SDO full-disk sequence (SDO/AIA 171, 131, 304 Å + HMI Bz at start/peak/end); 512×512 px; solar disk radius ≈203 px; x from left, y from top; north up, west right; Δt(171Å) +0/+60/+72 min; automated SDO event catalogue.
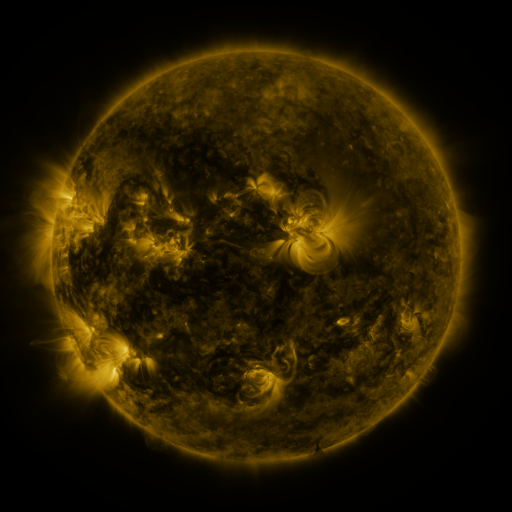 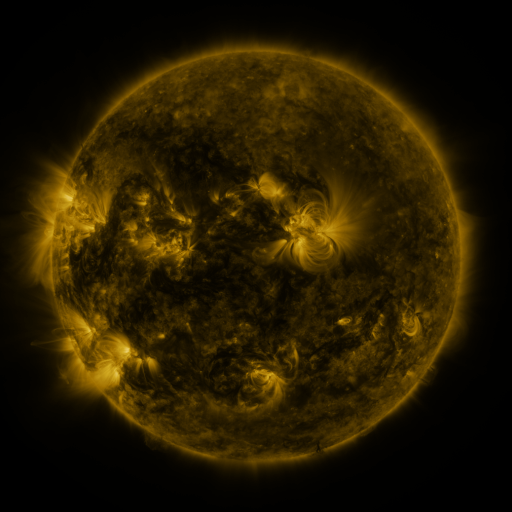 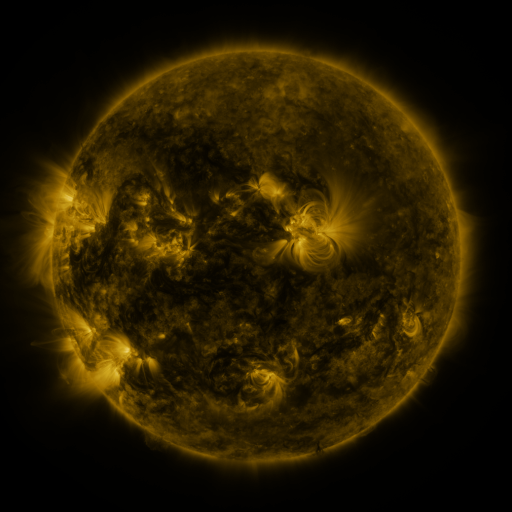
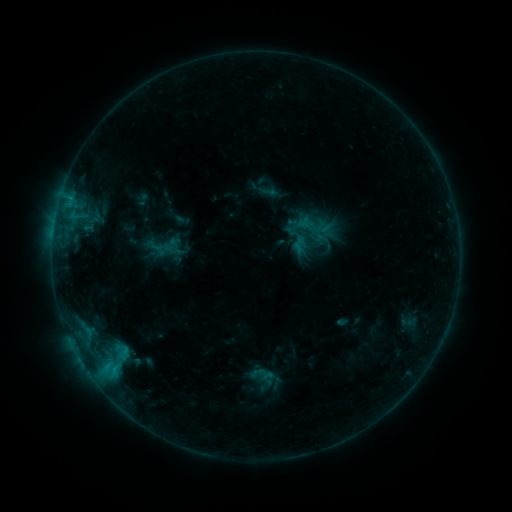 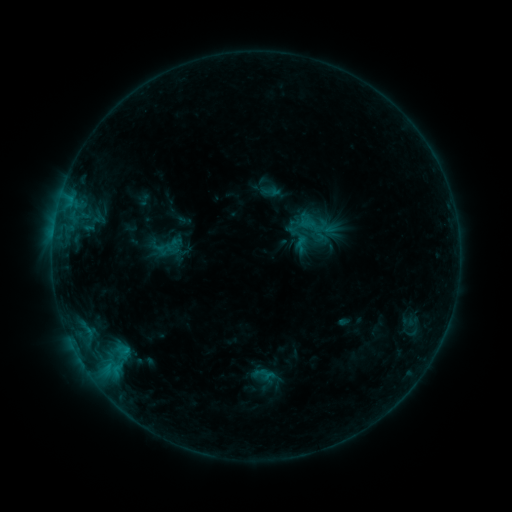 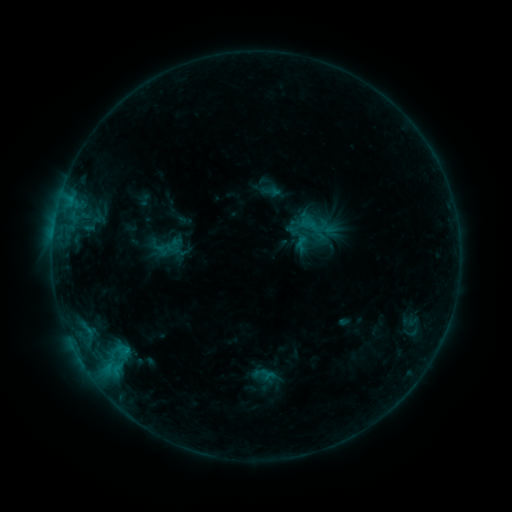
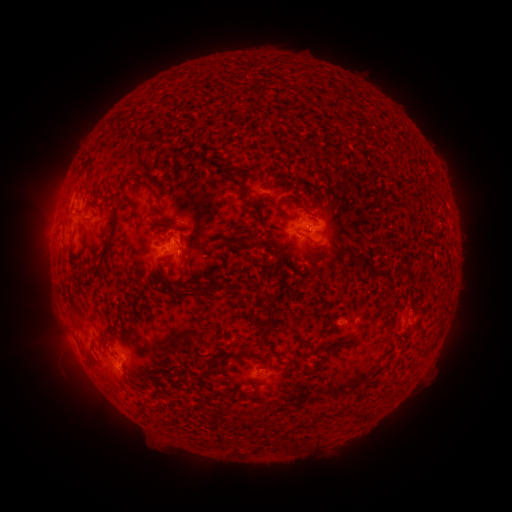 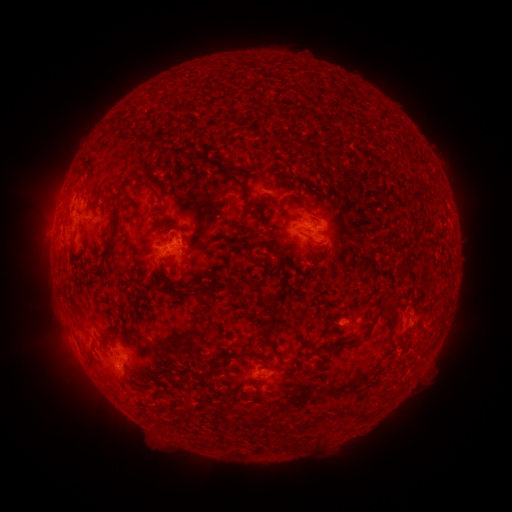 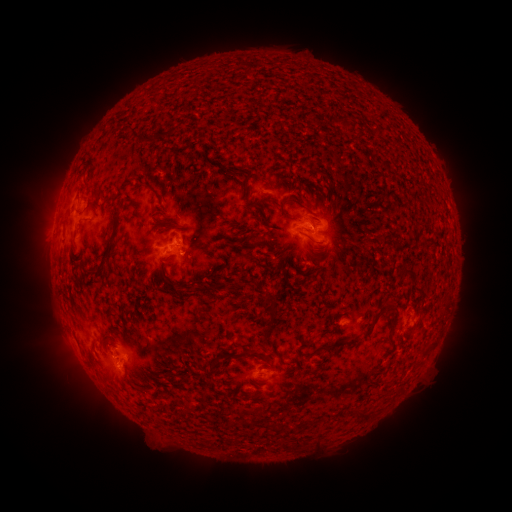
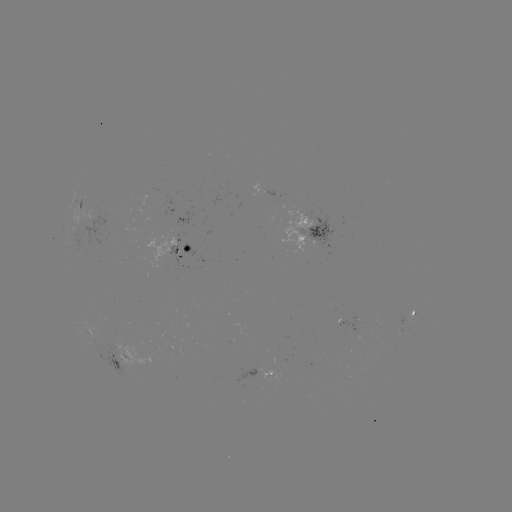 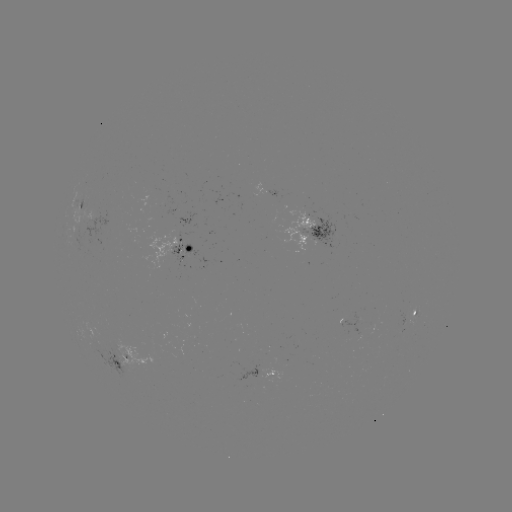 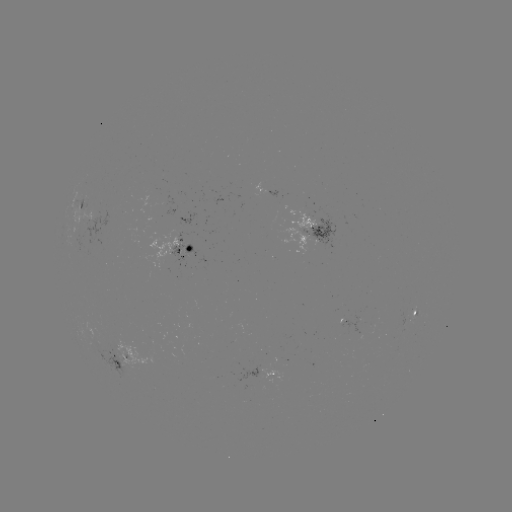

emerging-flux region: [82, 208, 92, 227]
